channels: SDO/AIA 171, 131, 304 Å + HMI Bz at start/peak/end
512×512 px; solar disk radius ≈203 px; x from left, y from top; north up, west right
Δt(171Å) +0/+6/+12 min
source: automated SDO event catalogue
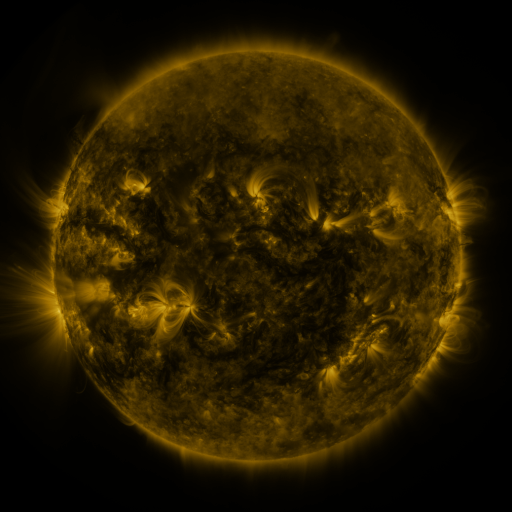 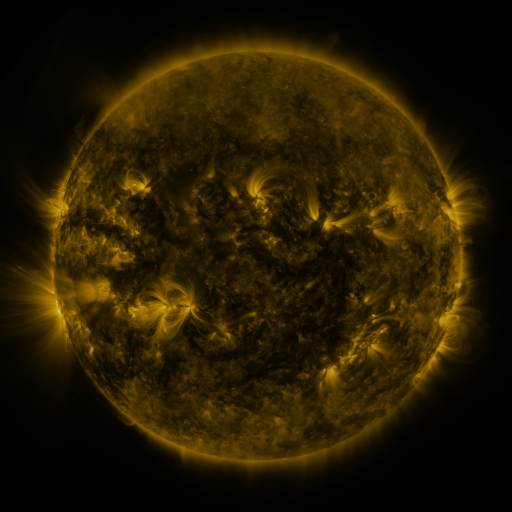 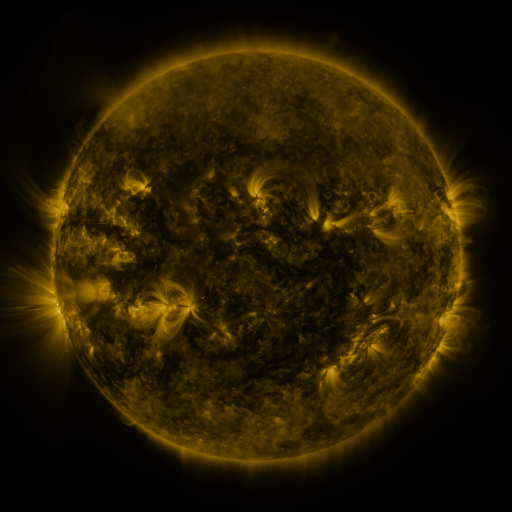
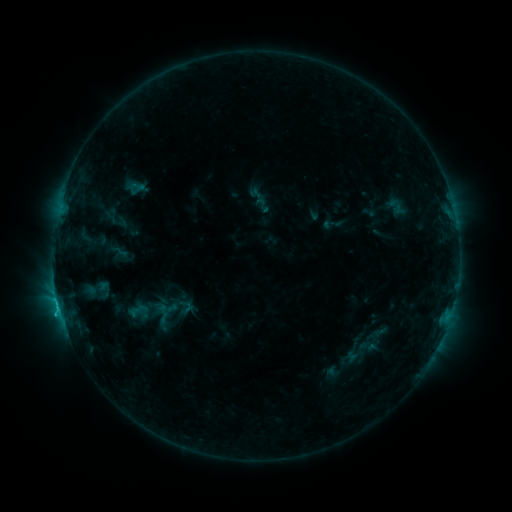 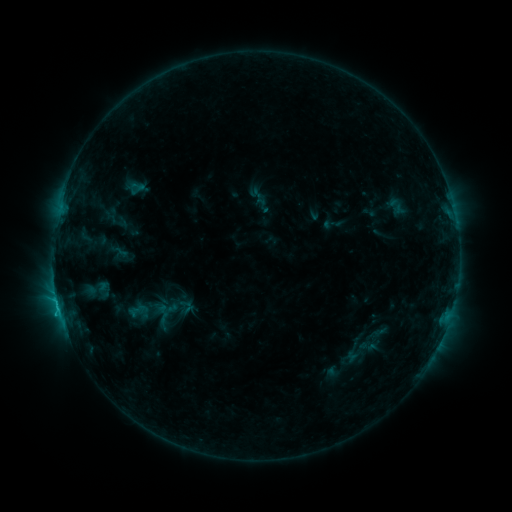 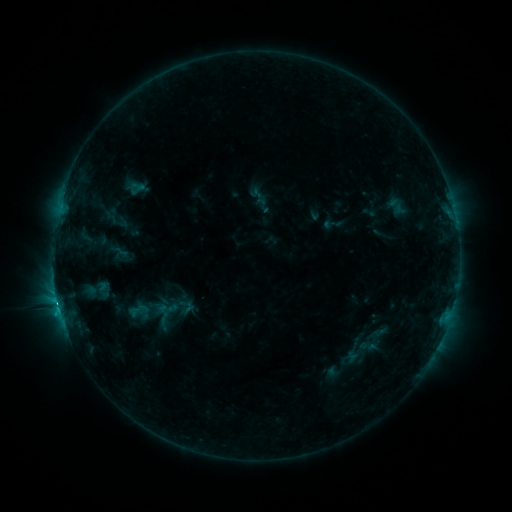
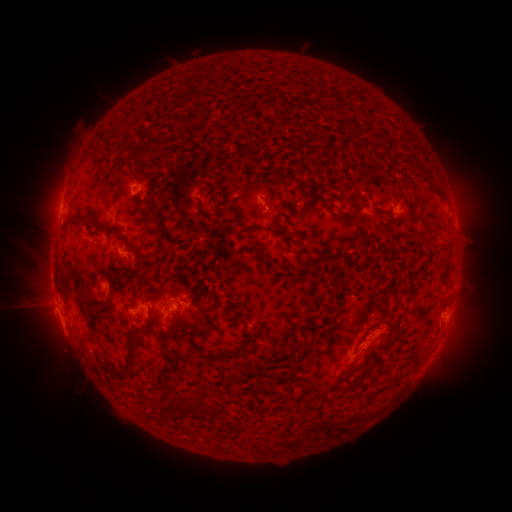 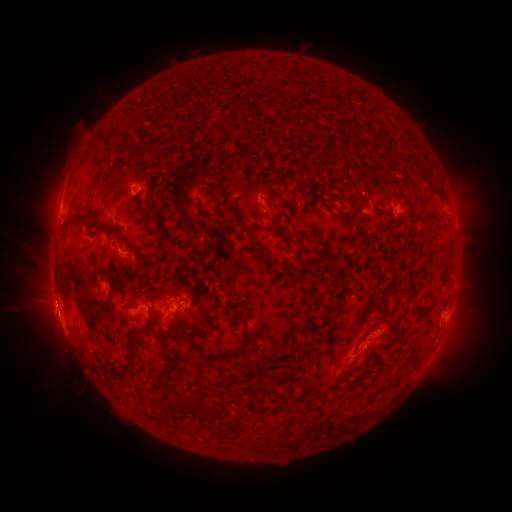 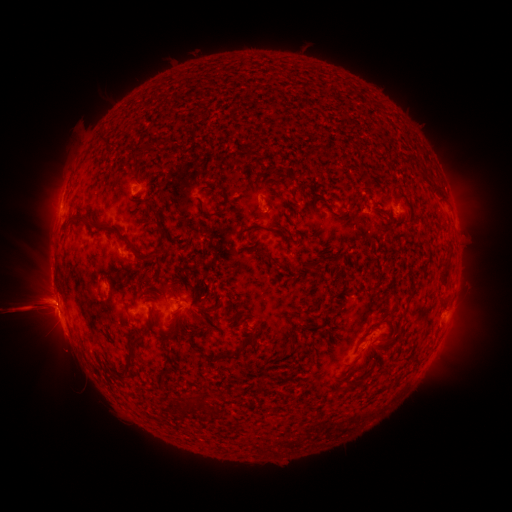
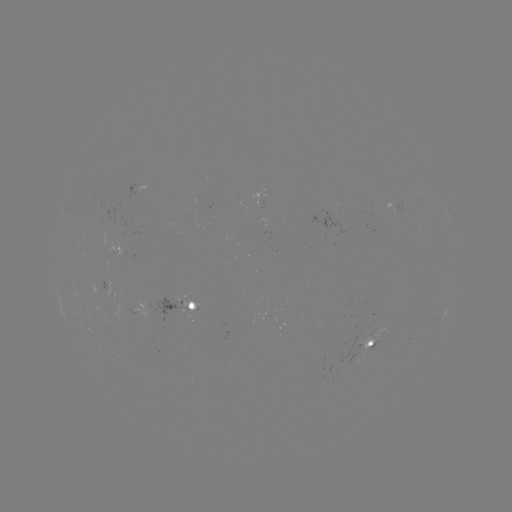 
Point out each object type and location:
M4.3 flare: (58, 302)
